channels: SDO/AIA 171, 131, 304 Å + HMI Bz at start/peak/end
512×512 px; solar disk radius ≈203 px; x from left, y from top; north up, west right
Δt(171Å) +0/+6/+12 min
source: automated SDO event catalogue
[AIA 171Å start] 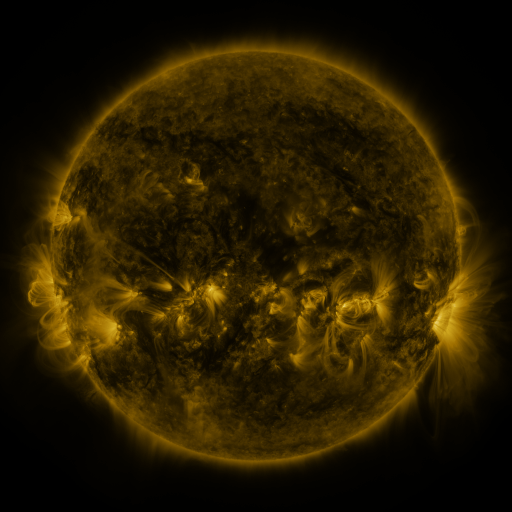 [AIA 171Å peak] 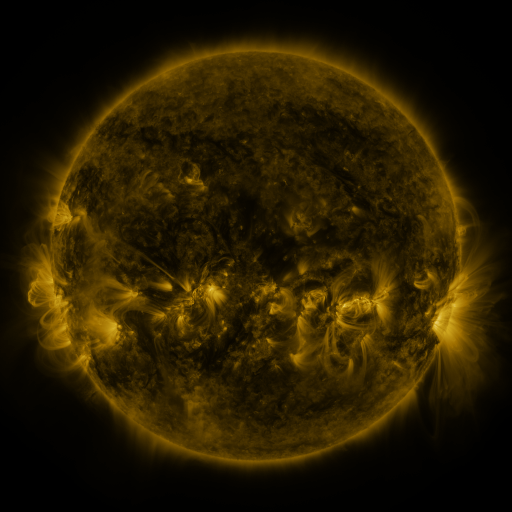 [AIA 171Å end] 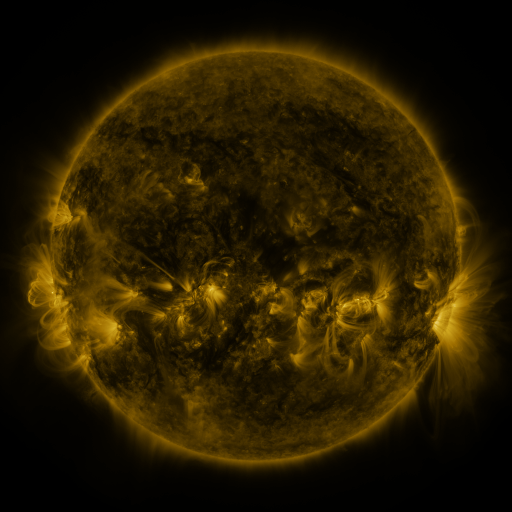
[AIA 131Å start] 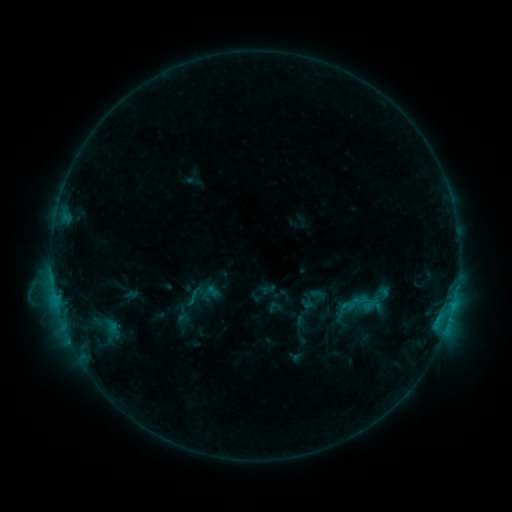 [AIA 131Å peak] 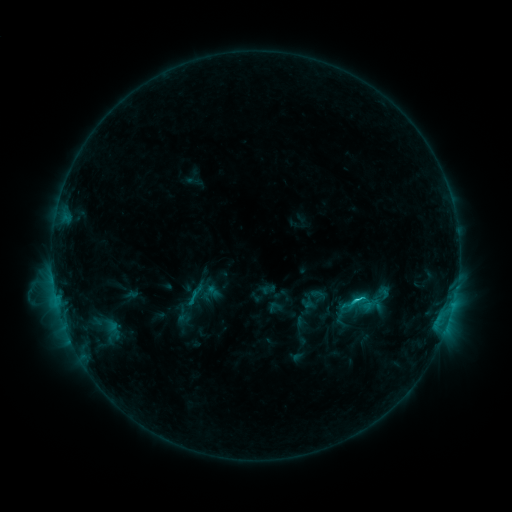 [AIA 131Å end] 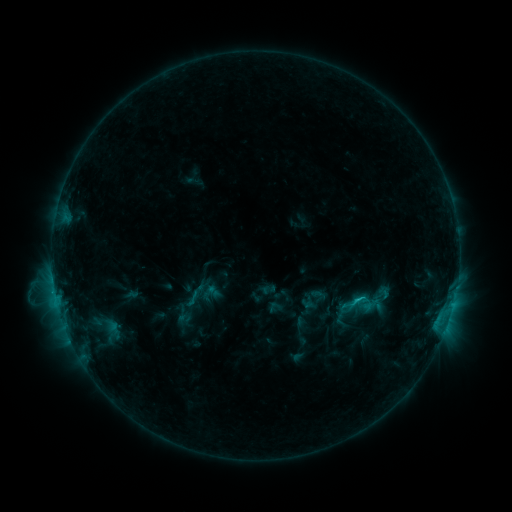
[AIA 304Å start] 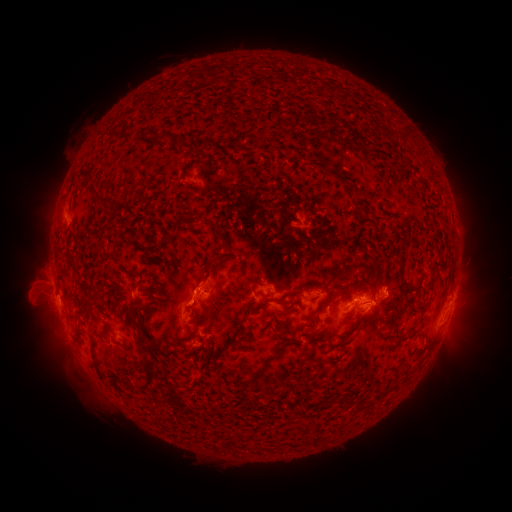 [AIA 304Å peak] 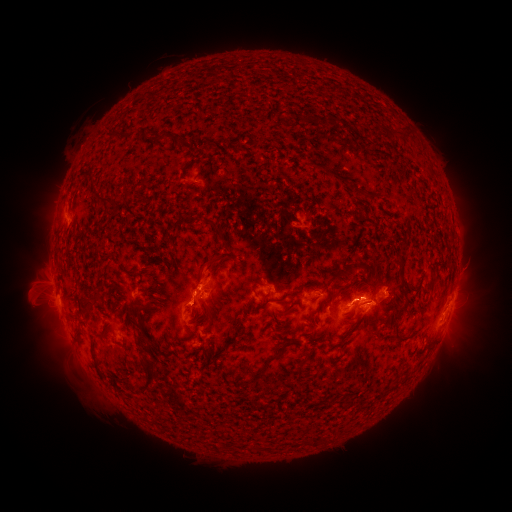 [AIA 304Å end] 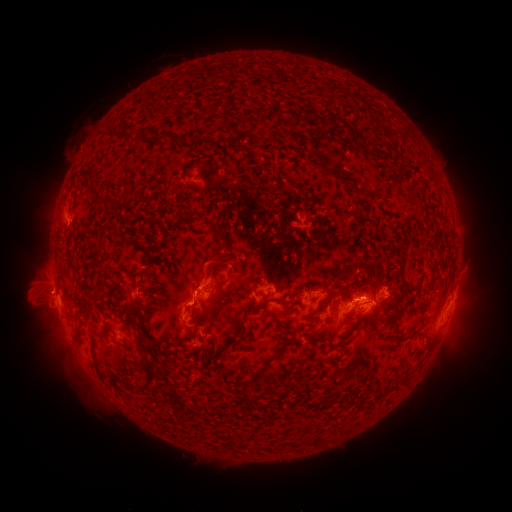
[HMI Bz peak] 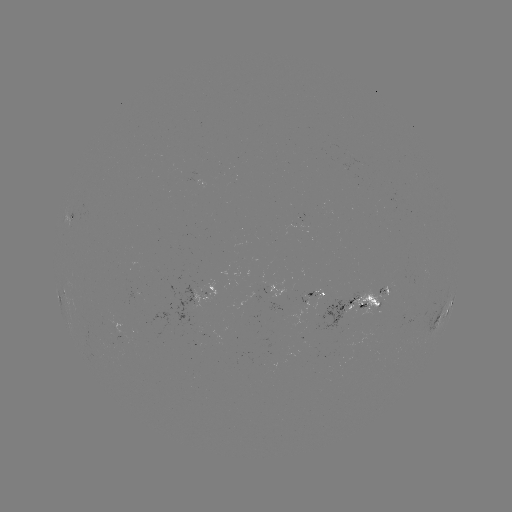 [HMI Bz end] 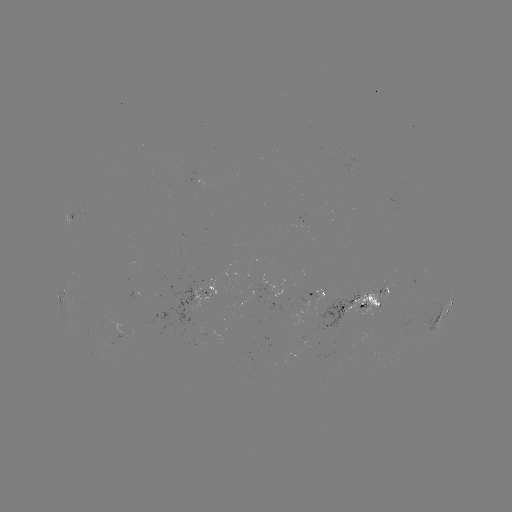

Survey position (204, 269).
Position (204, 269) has eruption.